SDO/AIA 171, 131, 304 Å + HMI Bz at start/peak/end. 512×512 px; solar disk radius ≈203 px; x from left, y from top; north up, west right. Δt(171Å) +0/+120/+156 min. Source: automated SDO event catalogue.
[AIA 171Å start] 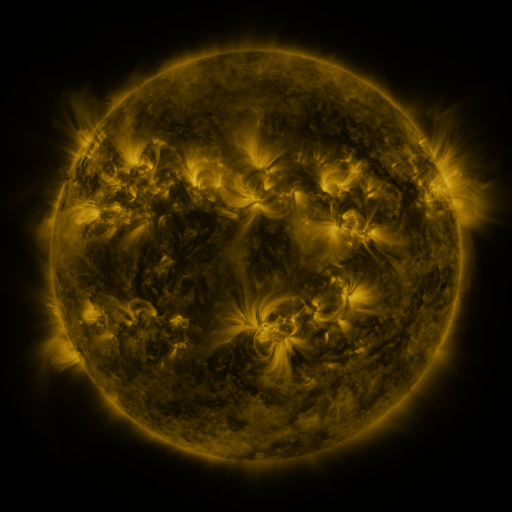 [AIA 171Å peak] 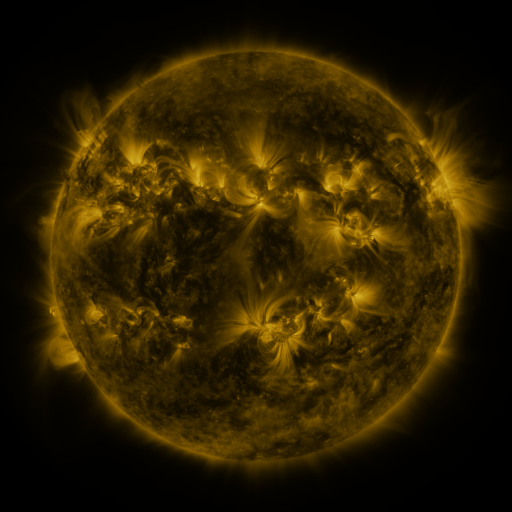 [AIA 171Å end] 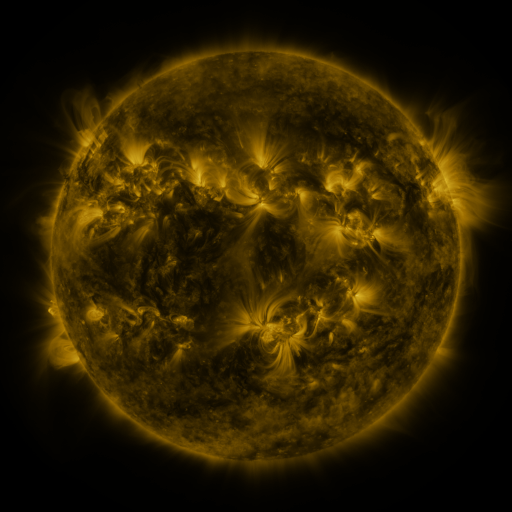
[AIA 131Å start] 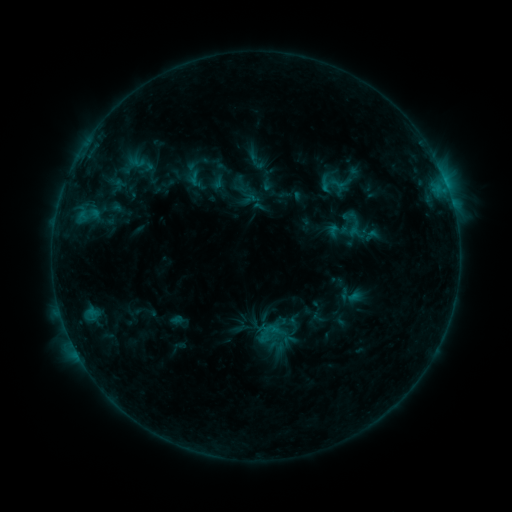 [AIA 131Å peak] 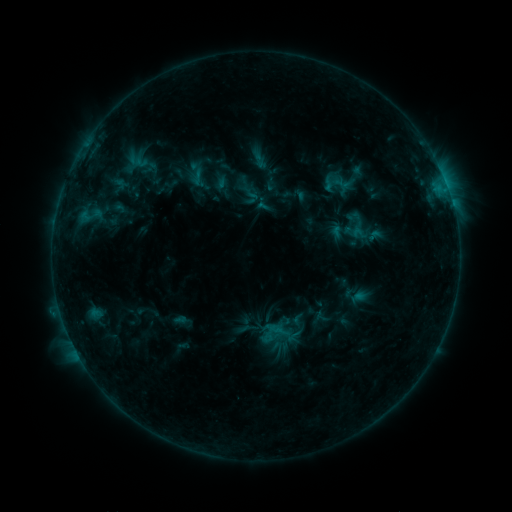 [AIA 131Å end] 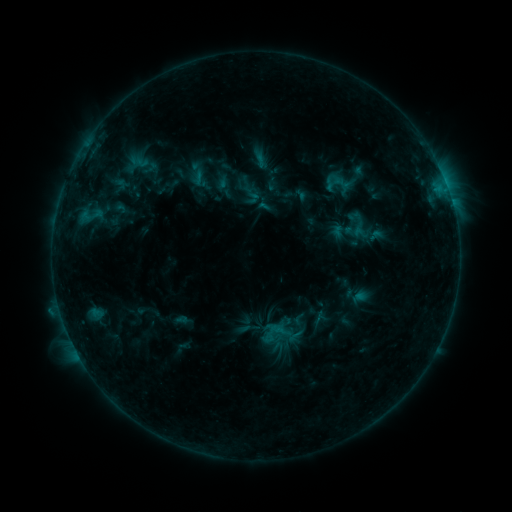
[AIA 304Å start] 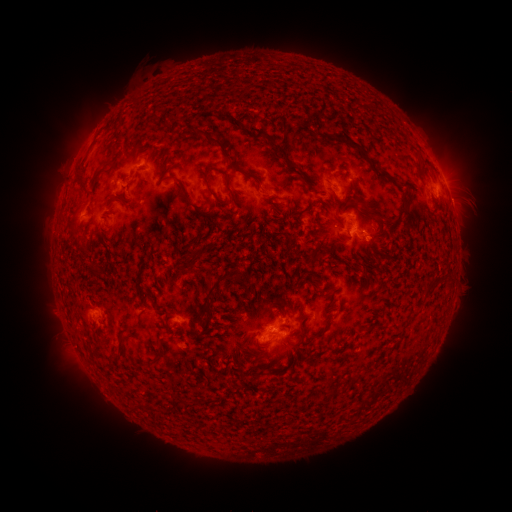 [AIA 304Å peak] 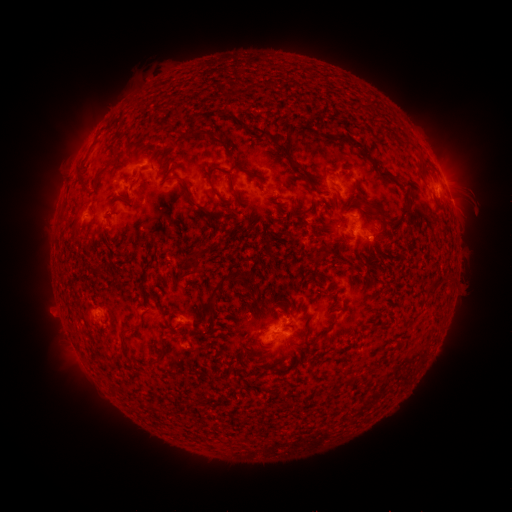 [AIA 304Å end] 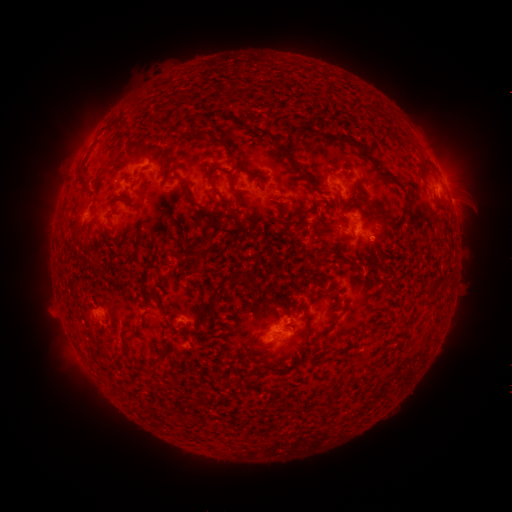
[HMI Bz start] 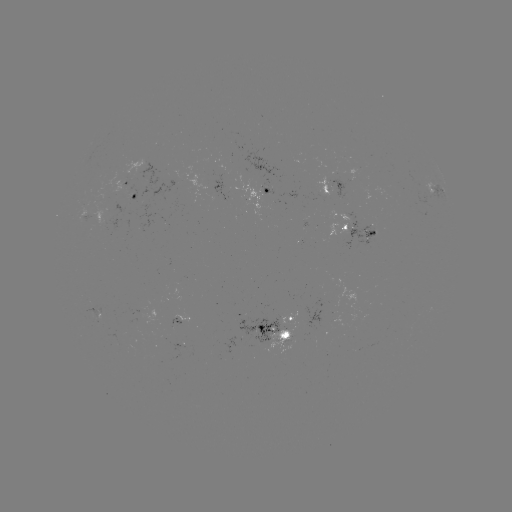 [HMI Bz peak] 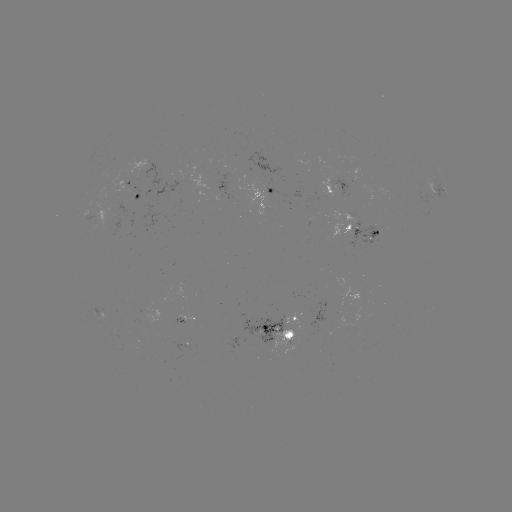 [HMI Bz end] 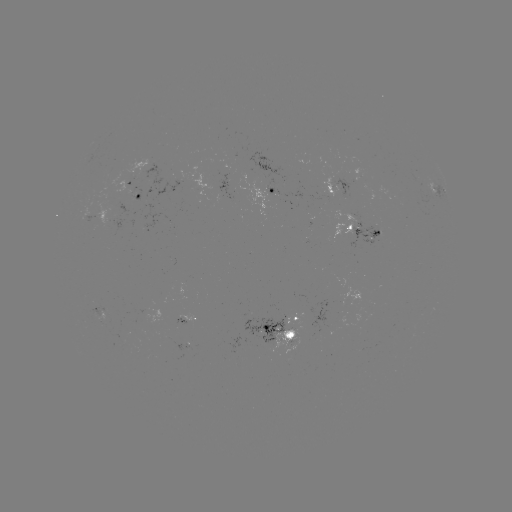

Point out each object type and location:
emerging-flux region: (350, 176)
